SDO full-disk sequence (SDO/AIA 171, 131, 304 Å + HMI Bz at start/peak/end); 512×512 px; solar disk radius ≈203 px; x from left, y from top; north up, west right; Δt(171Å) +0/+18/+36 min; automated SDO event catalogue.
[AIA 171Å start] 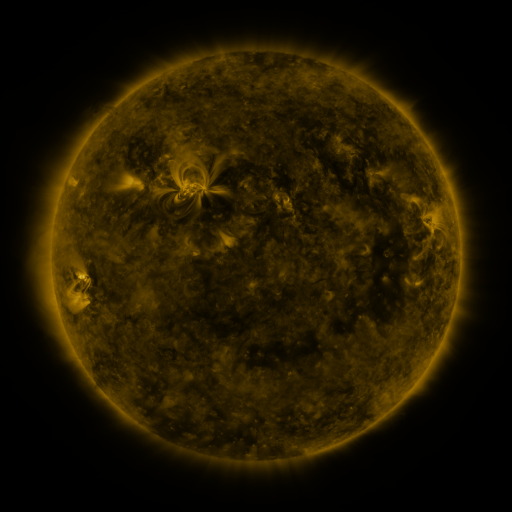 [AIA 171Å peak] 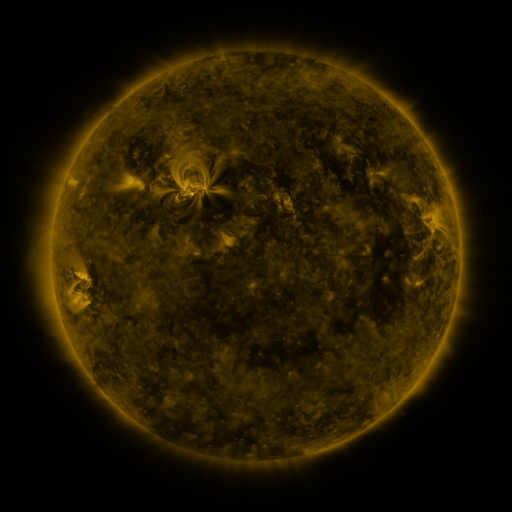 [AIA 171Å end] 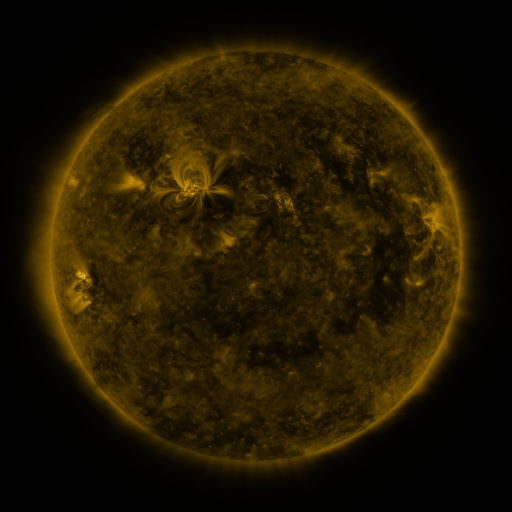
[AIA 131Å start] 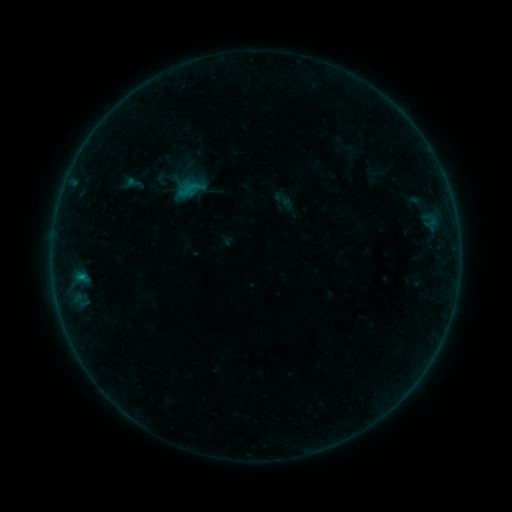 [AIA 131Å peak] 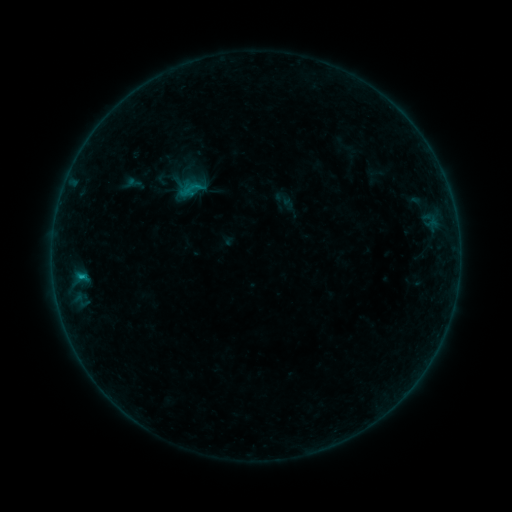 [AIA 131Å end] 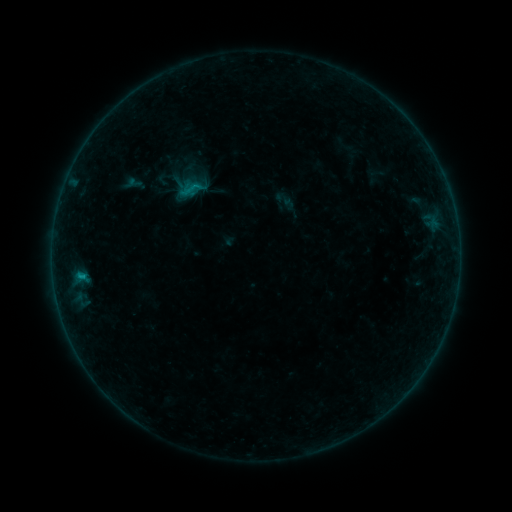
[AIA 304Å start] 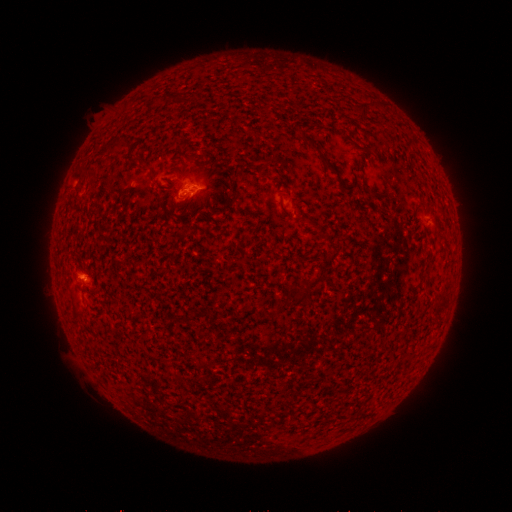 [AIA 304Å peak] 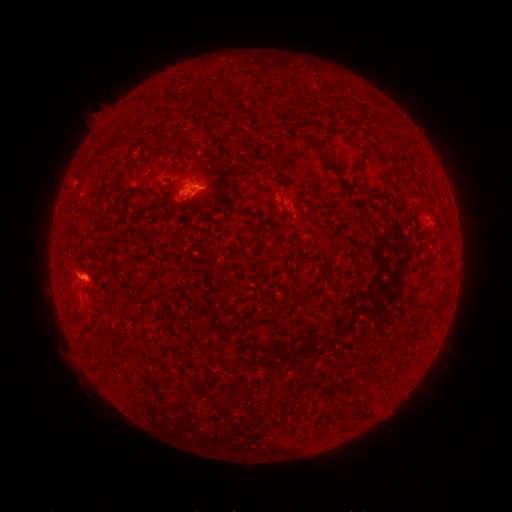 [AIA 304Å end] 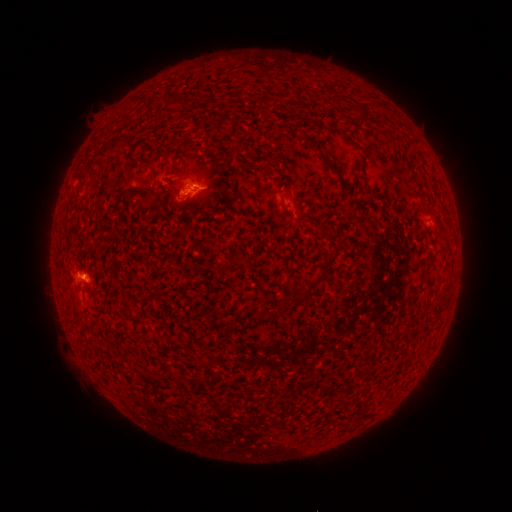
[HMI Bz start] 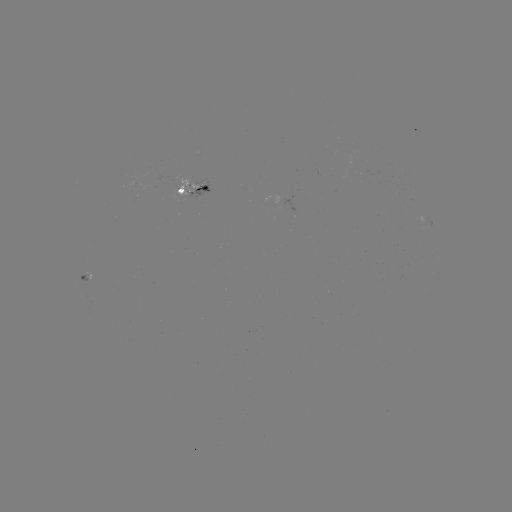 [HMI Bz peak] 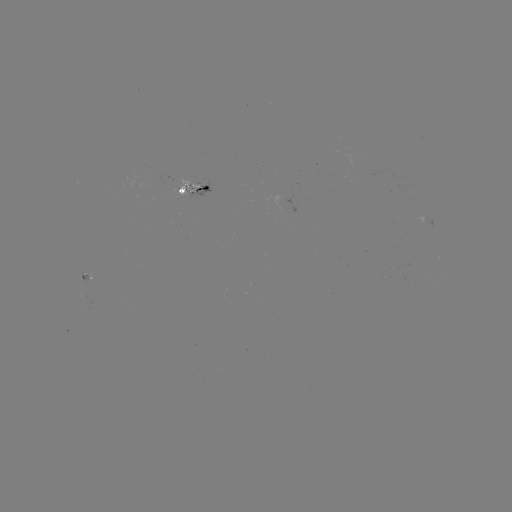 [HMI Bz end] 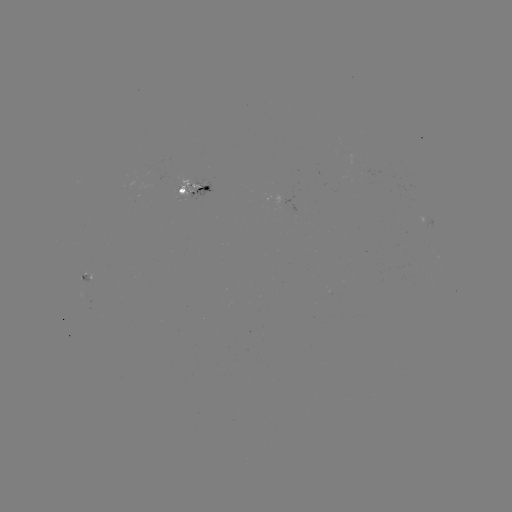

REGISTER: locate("B5.2 flare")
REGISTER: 81,275